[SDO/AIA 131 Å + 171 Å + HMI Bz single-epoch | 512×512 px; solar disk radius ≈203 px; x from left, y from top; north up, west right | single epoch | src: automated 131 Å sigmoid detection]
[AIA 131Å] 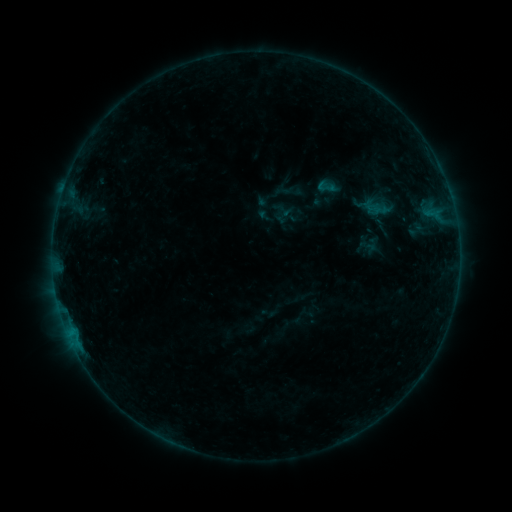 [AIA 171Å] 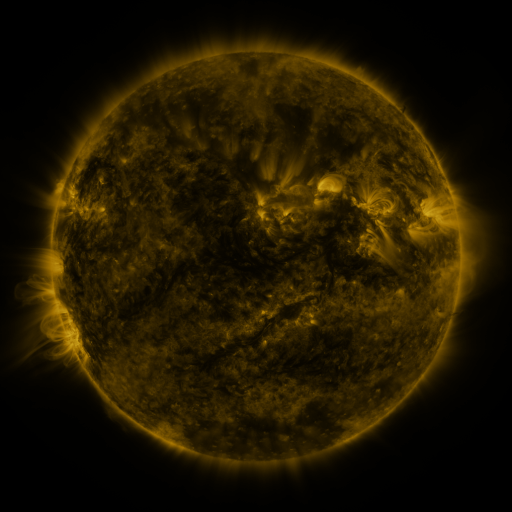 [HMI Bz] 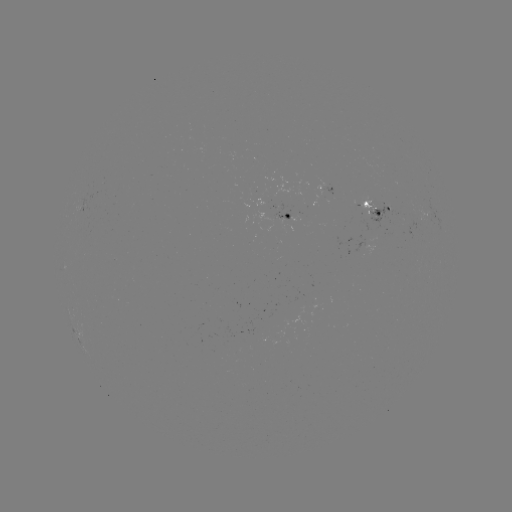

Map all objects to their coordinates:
sigmoid: [314, 176, 338, 198]
